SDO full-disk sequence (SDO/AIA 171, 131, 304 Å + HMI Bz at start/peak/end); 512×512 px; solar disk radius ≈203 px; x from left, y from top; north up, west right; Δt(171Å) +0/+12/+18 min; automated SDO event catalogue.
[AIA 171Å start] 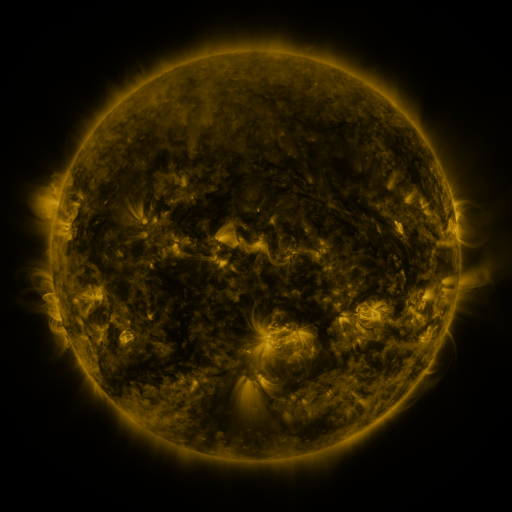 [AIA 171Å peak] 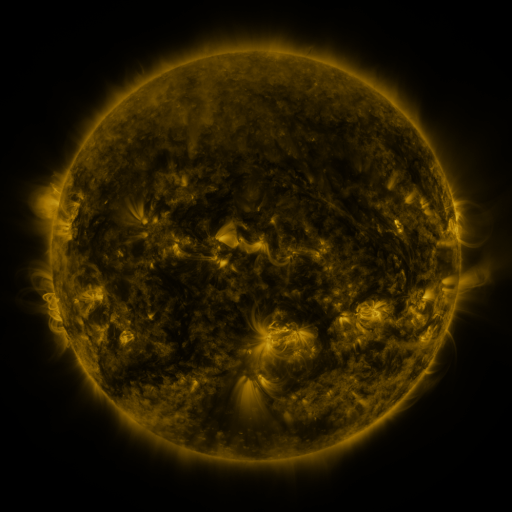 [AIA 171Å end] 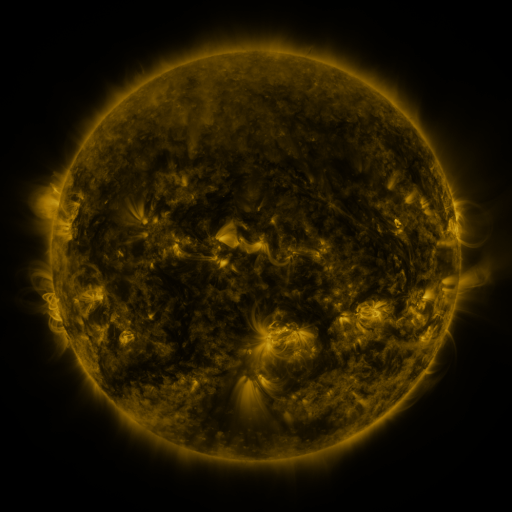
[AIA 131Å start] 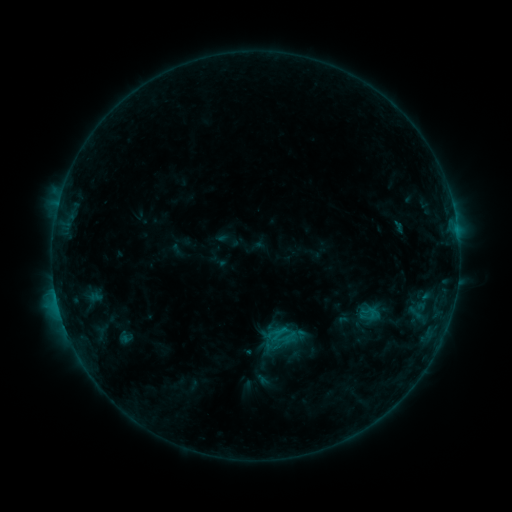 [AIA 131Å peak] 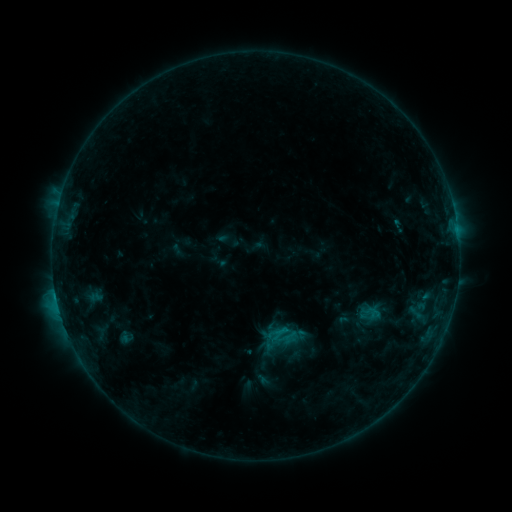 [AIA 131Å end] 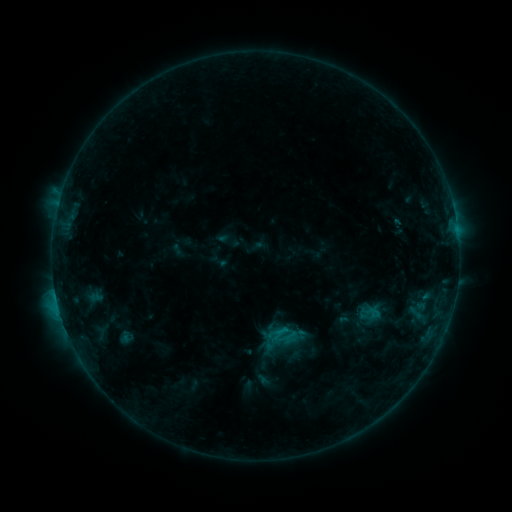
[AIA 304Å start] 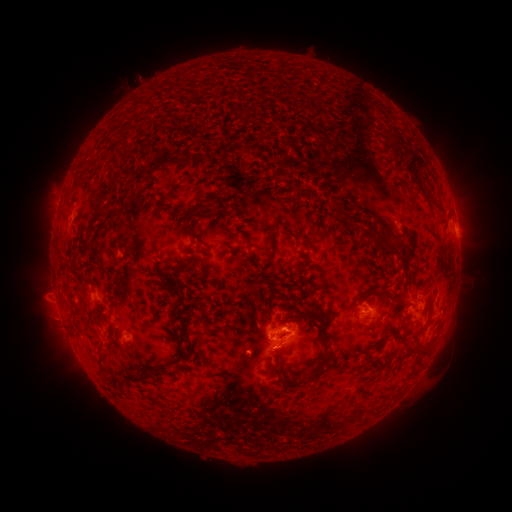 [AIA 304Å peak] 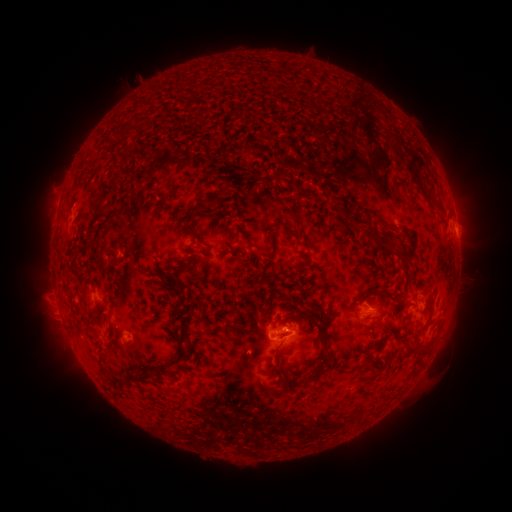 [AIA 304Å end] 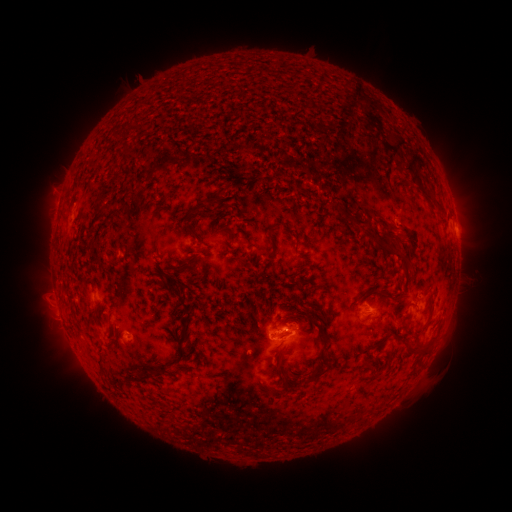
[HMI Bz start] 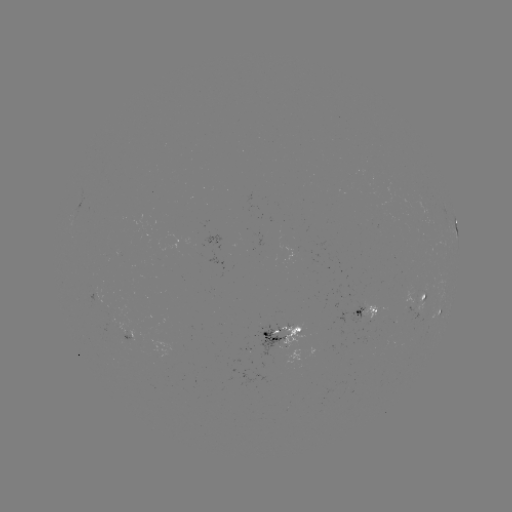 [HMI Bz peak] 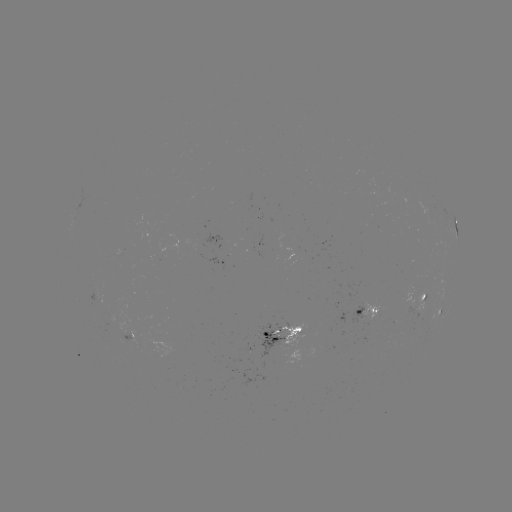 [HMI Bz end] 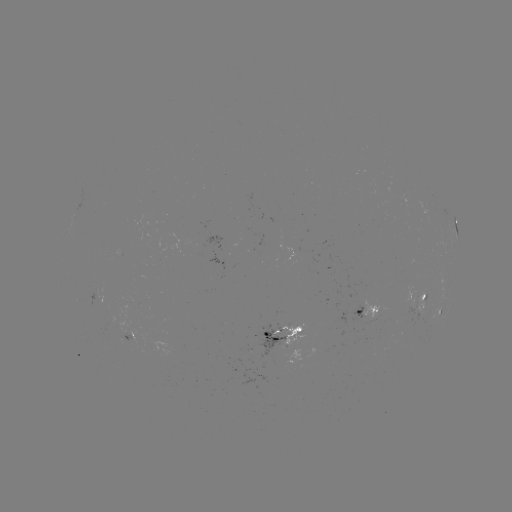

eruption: [367, 133, 396, 195]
